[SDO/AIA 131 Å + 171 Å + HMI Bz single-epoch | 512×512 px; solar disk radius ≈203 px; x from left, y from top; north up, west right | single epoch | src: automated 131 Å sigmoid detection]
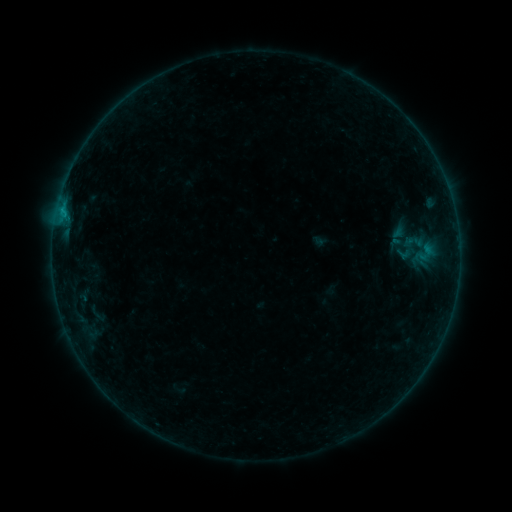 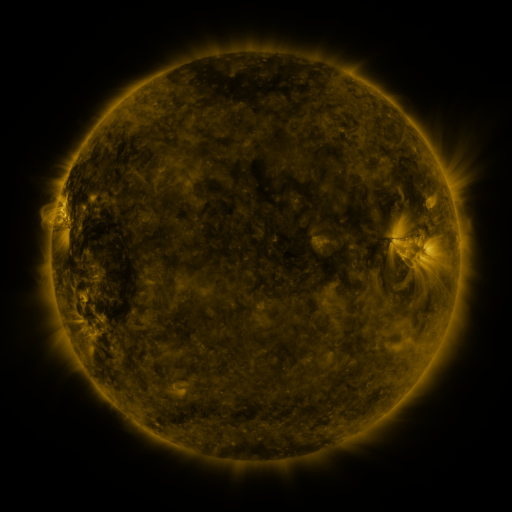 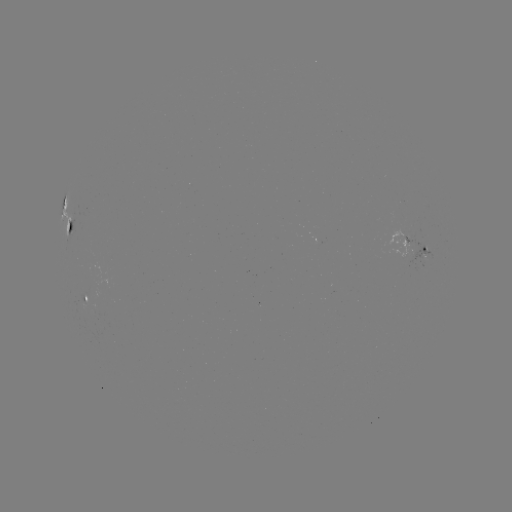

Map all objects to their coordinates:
sigmoid: (415, 241)
sigmoid: (405, 253)
